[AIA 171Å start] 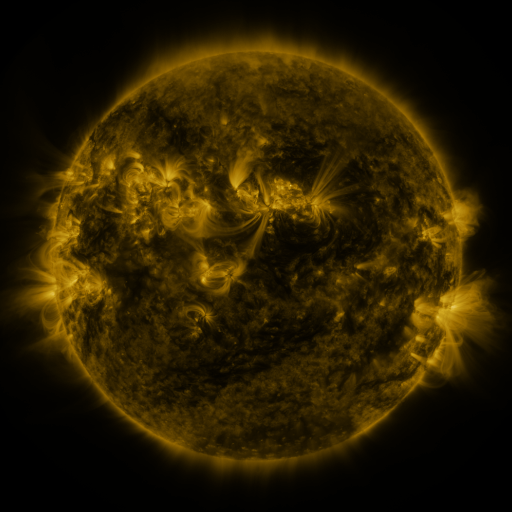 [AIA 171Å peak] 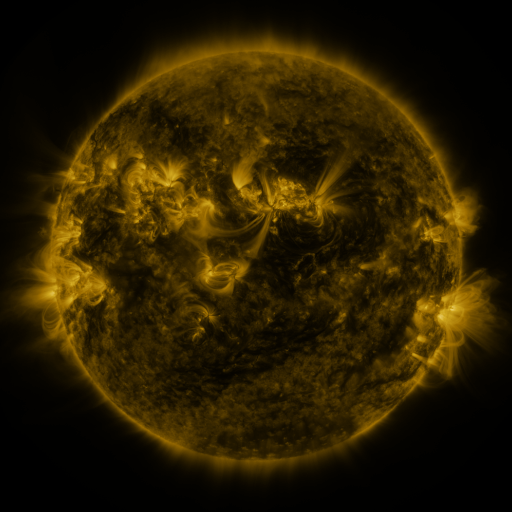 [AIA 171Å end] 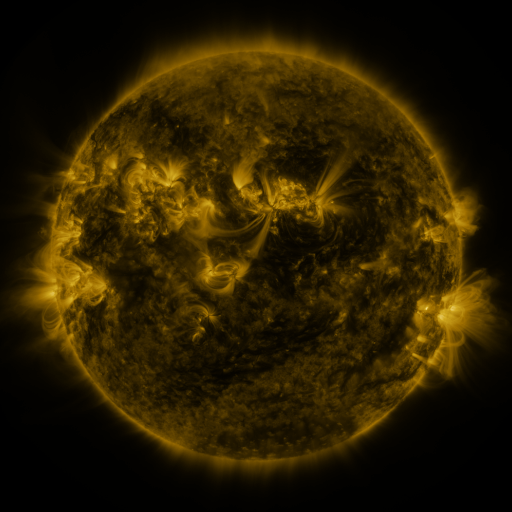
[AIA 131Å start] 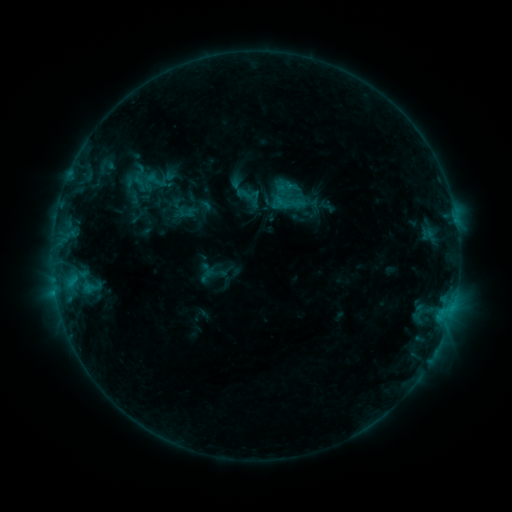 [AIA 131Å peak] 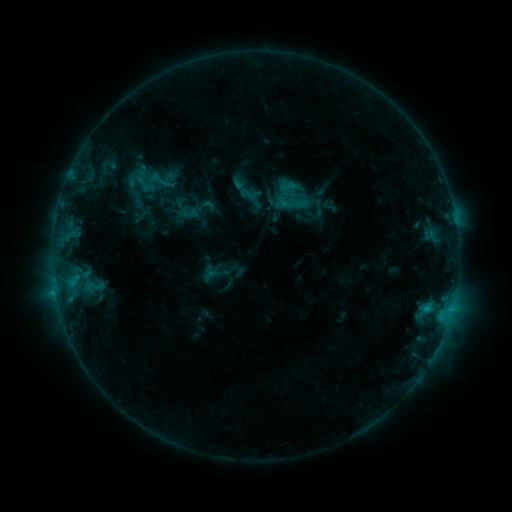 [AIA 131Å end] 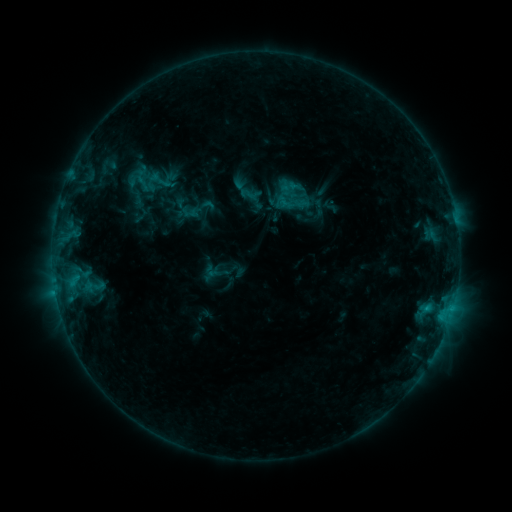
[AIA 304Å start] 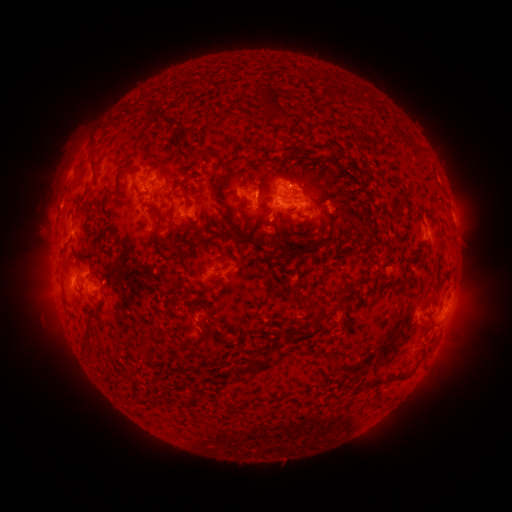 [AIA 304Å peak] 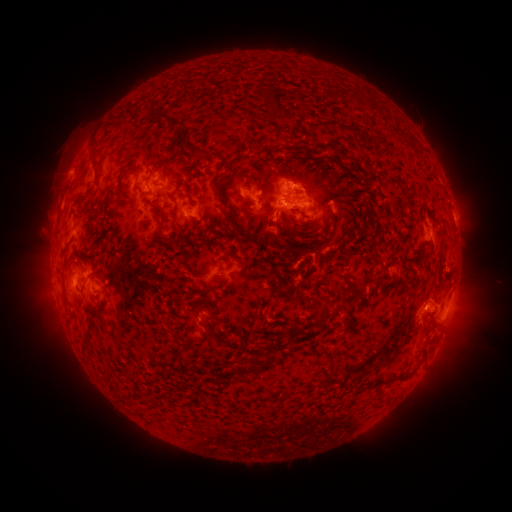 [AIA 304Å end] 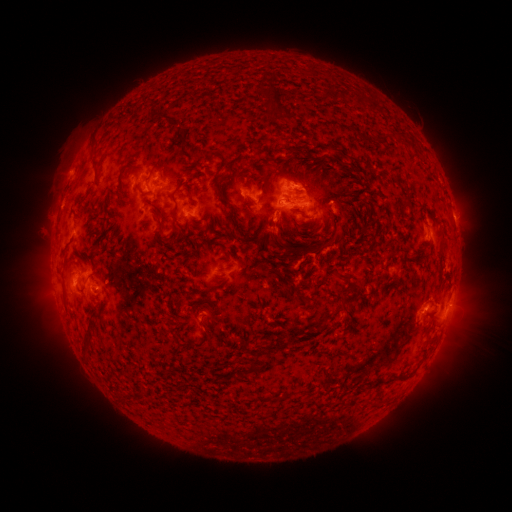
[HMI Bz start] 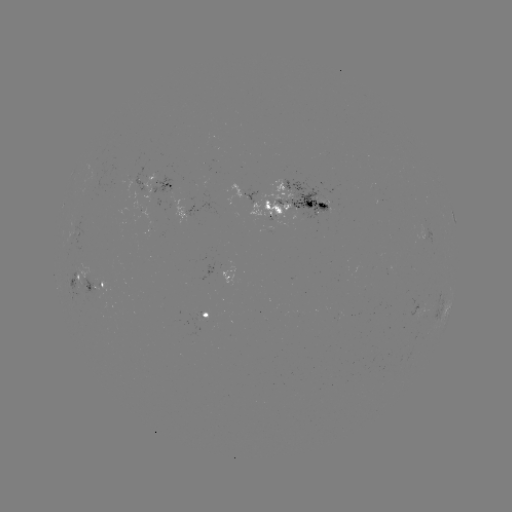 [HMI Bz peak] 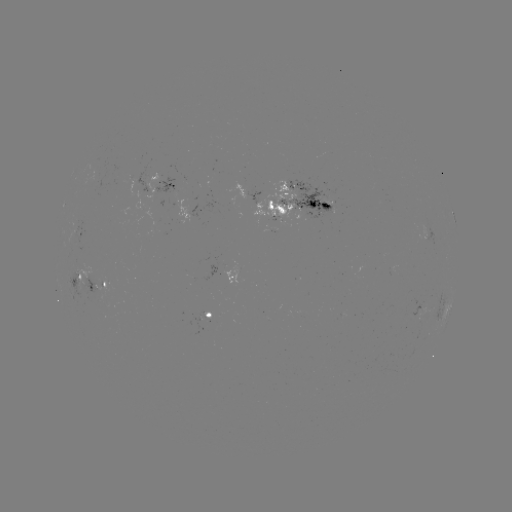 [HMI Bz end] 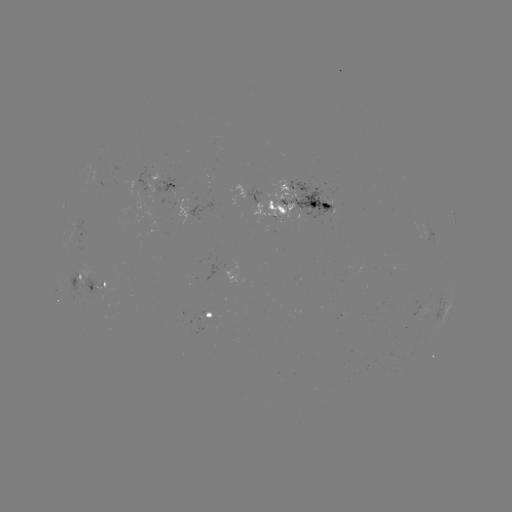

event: emerging-flux region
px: (124, 179)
